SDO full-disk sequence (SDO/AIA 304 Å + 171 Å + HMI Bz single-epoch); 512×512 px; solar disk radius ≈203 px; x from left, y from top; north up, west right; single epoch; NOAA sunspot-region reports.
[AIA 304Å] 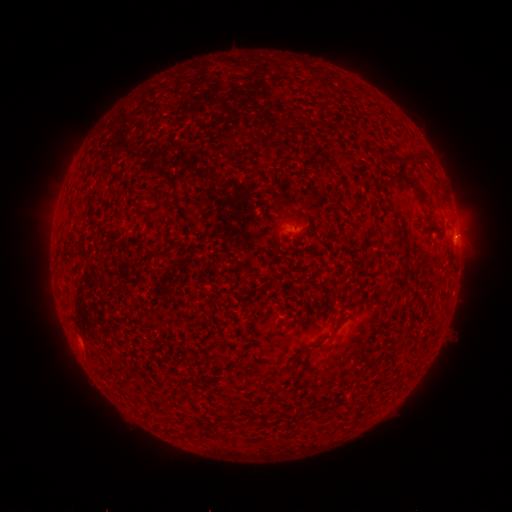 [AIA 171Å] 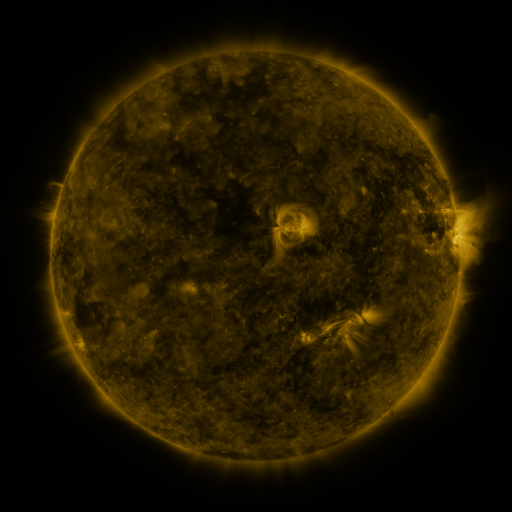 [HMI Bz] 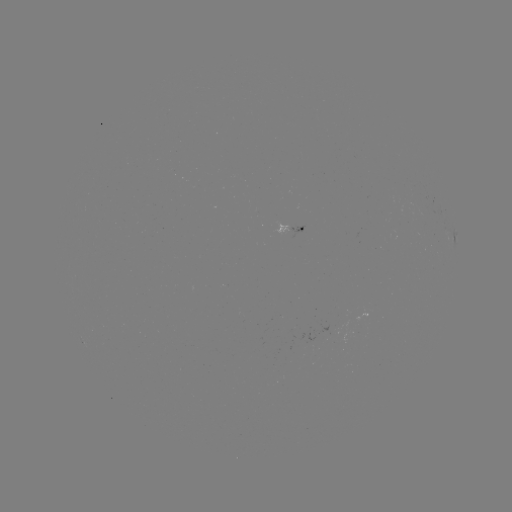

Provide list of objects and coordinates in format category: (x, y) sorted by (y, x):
spotted active region: (287, 228)
spotted active region: (455, 238)
